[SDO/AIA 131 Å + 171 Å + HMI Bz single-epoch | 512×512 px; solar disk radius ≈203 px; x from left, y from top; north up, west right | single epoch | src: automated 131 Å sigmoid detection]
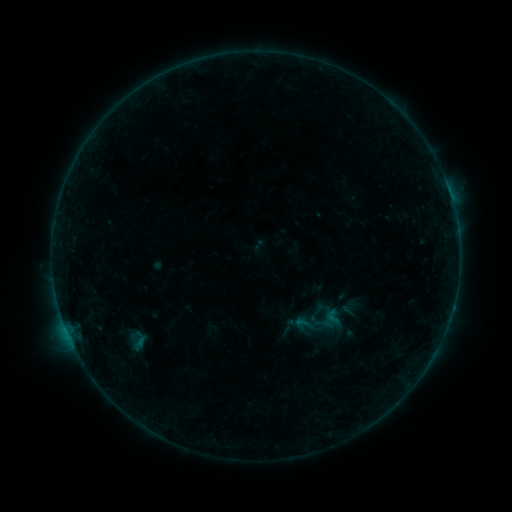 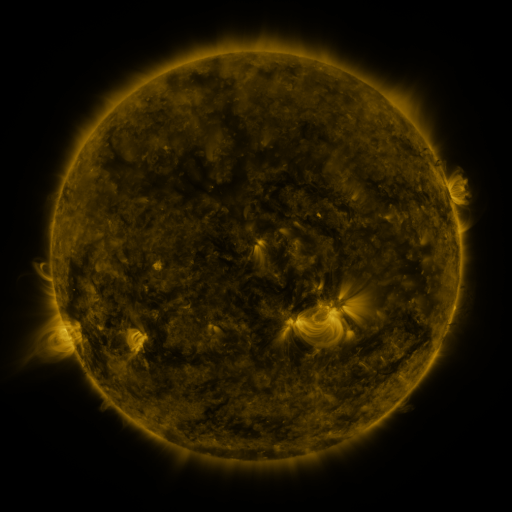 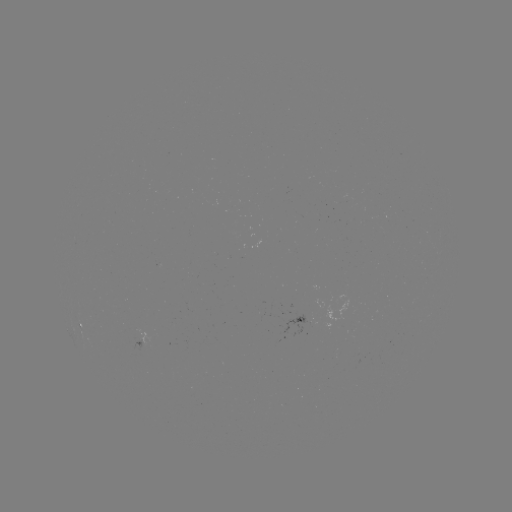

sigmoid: (324, 308, 342, 325)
